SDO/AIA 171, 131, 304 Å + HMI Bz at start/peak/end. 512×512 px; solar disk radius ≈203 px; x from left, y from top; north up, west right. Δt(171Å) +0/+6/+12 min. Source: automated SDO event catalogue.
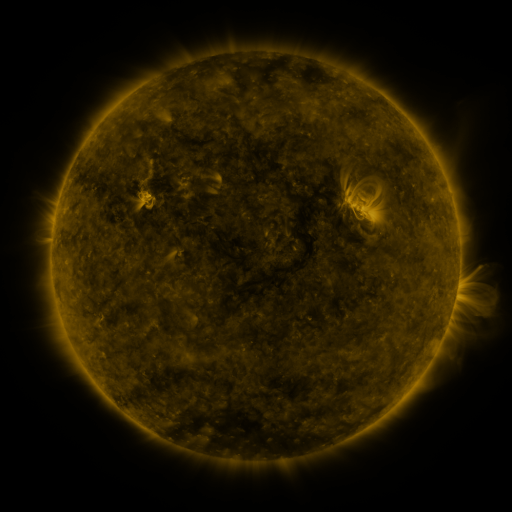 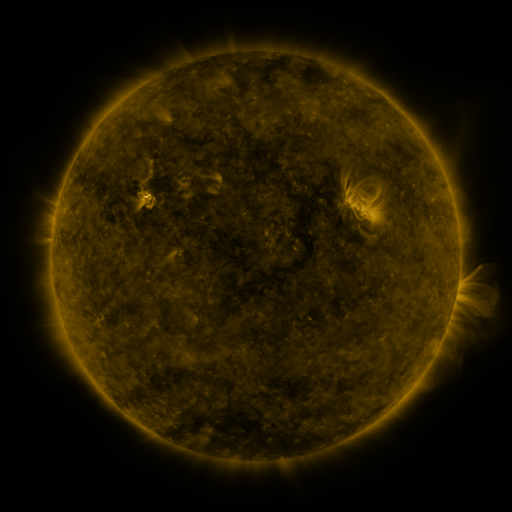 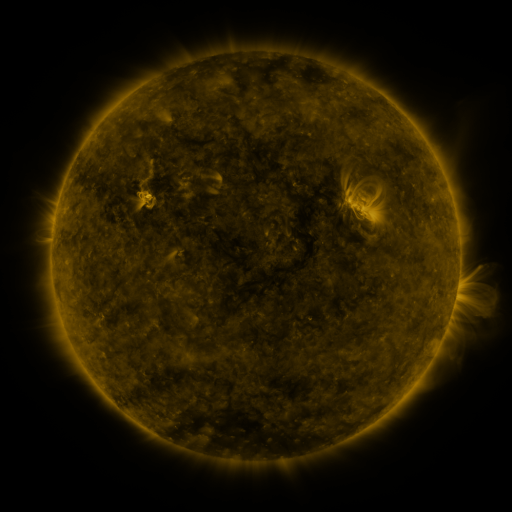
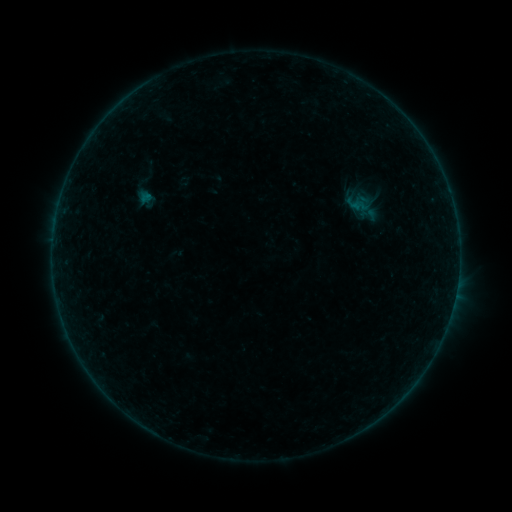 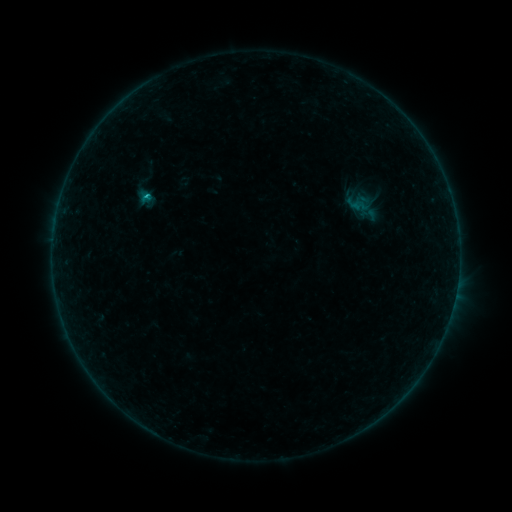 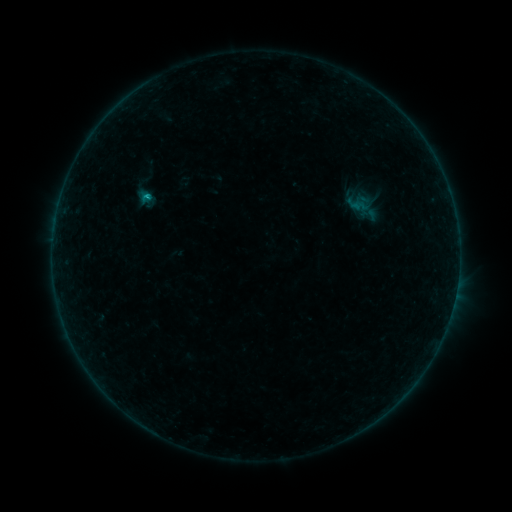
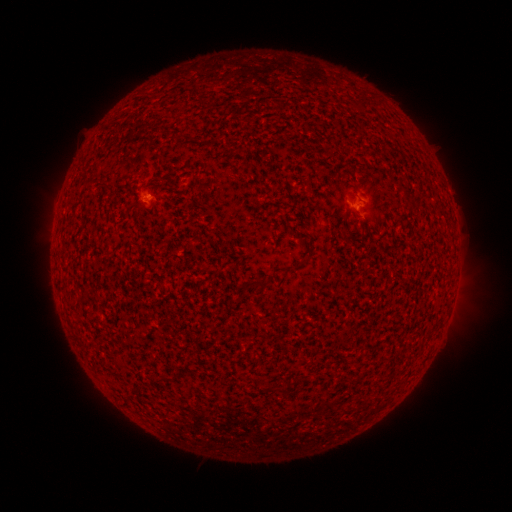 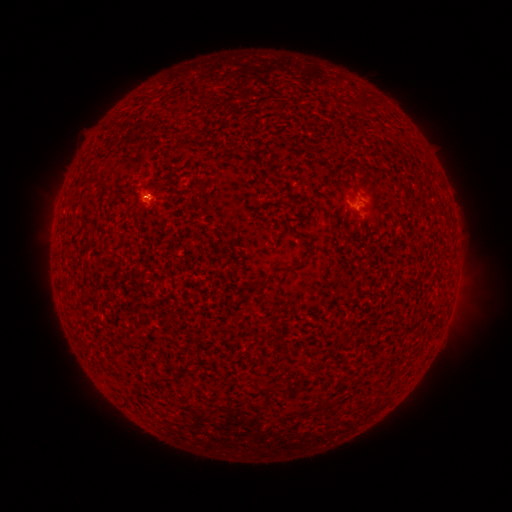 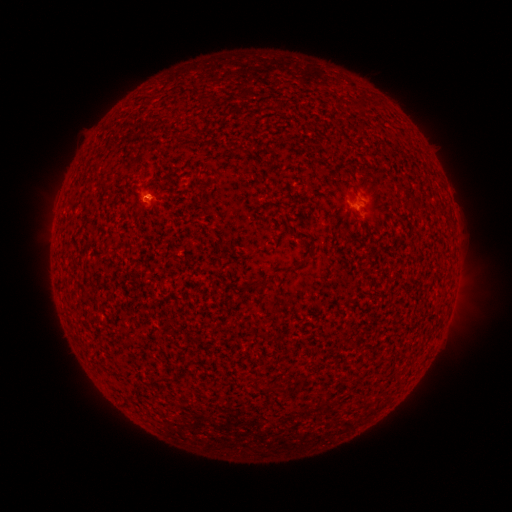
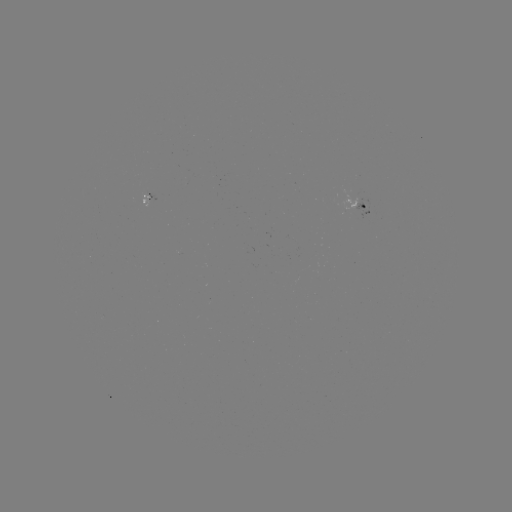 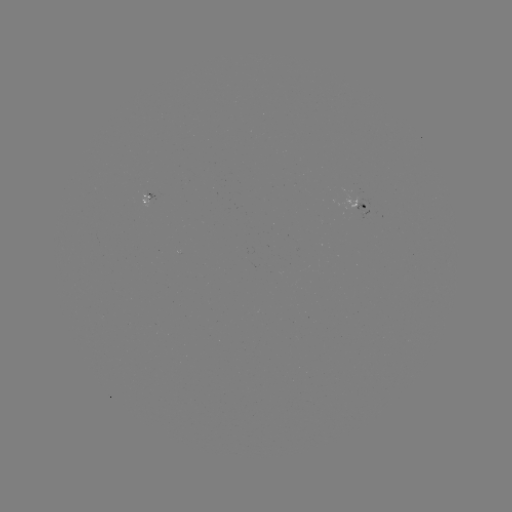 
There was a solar flare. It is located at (147, 199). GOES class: B4.2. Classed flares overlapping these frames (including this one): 1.